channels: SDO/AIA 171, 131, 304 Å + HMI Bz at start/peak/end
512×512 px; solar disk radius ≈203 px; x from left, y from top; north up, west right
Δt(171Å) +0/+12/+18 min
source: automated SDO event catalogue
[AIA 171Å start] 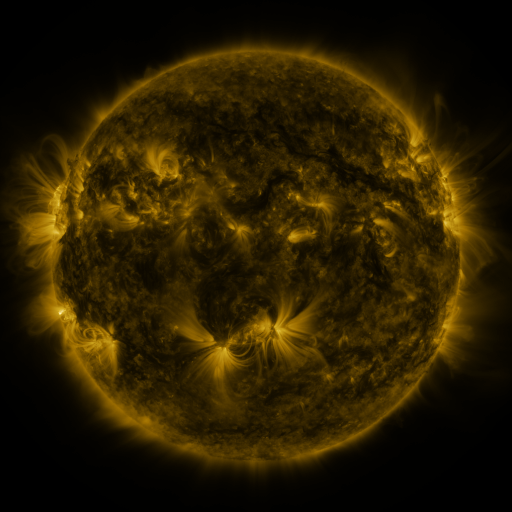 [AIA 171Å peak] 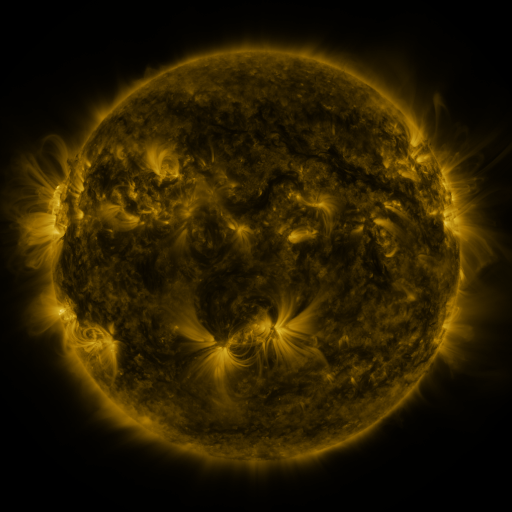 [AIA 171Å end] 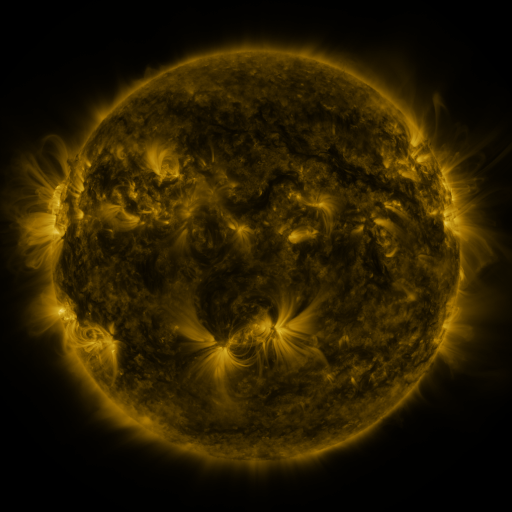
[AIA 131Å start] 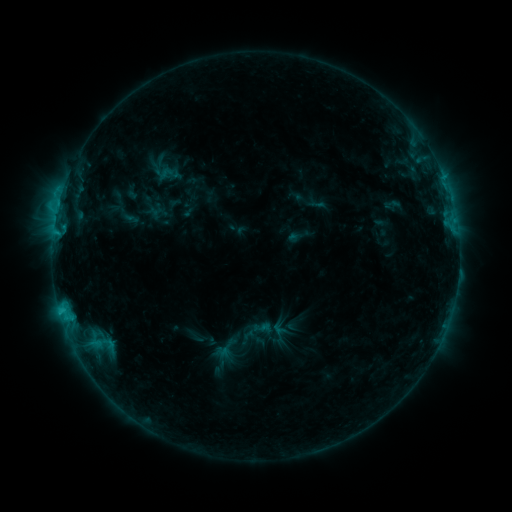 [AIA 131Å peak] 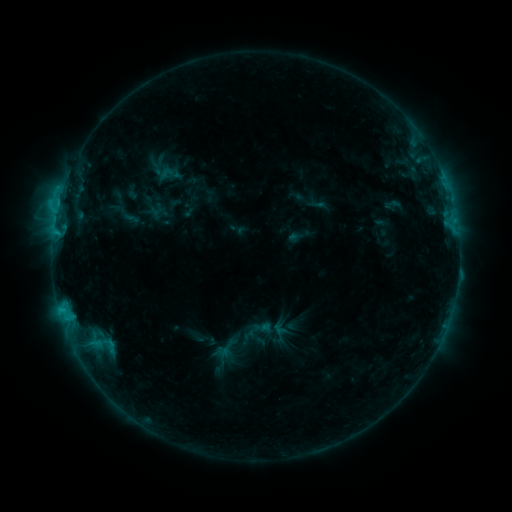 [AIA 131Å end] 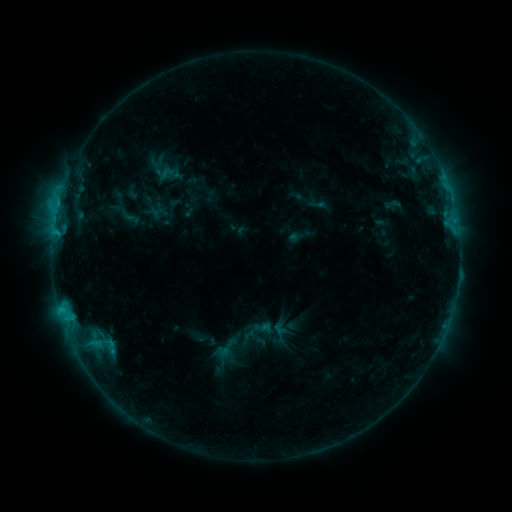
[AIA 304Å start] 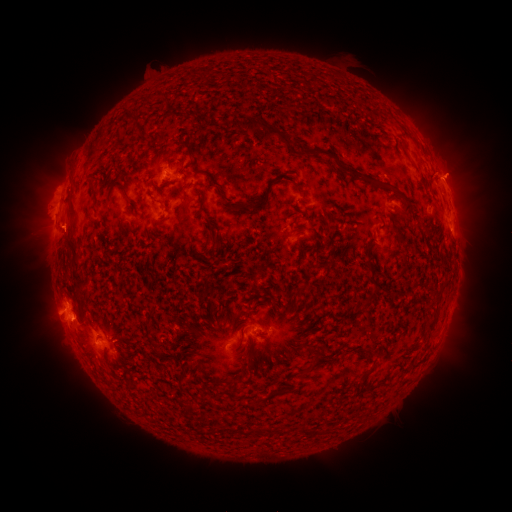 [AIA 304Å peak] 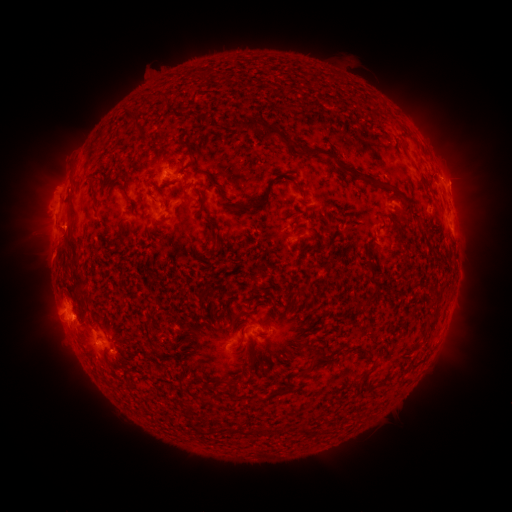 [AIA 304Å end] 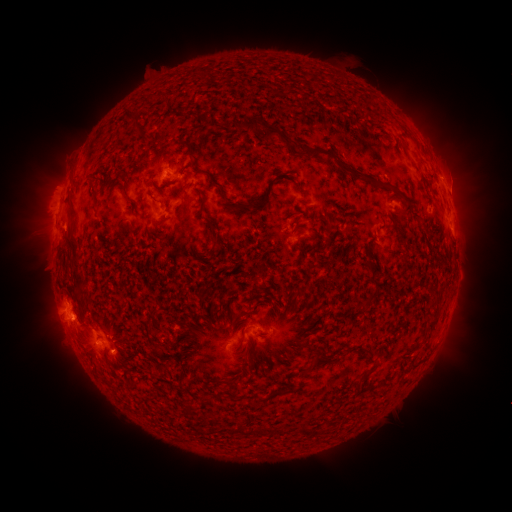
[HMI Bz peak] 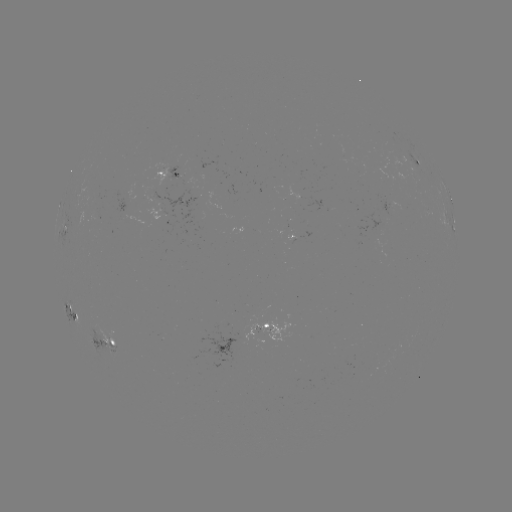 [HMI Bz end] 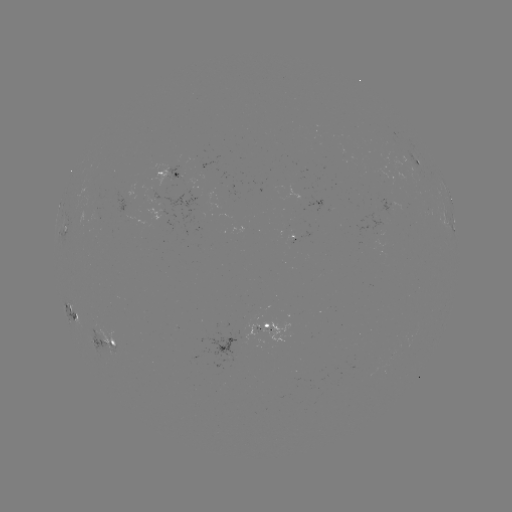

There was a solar eruption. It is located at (462, 181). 